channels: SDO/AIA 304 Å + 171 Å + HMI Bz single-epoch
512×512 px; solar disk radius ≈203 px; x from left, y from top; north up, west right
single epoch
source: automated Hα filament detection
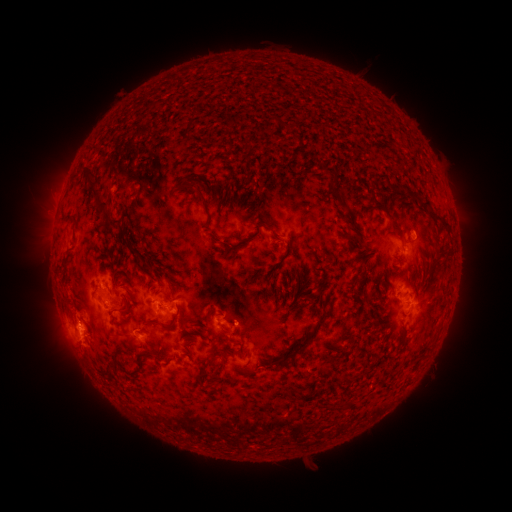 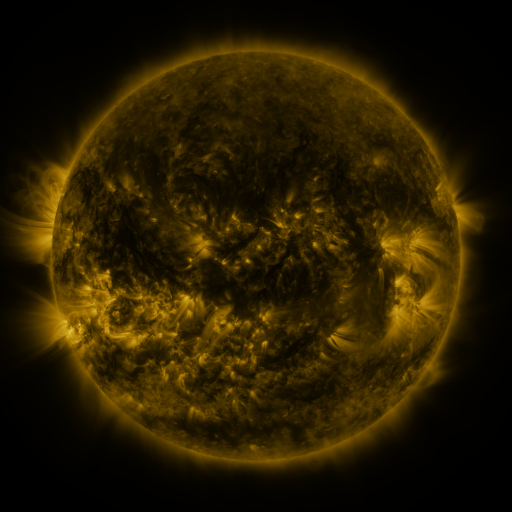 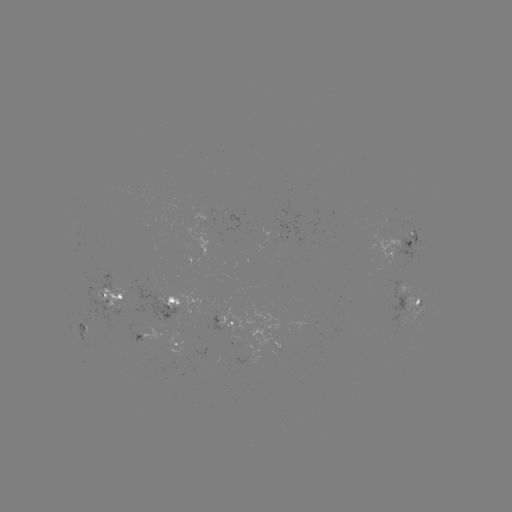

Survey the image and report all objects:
filament: [284, 141, 304, 173]
filament: [322, 165, 337, 180]
filament: [84, 173, 102, 200]
filament: [175, 181, 206, 205]
filament: [329, 189, 345, 209]
filament: [418, 197, 430, 208]
filament: [371, 198, 404, 238]
filament: [94, 201, 122, 230]
filament: [427, 207, 449, 227]
filament: [272, 229, 281, 238]
filament: [217, 241, 243, 257]
filament: [143, 298, 182, 331]
filament: [119, 300, 130, 313]
filament: [273, 309, 328, 369]
filament: [205, 312, 212, 325]
filament: [108, 362, 118, 374]
filament: [344, 373, 354, 382]
